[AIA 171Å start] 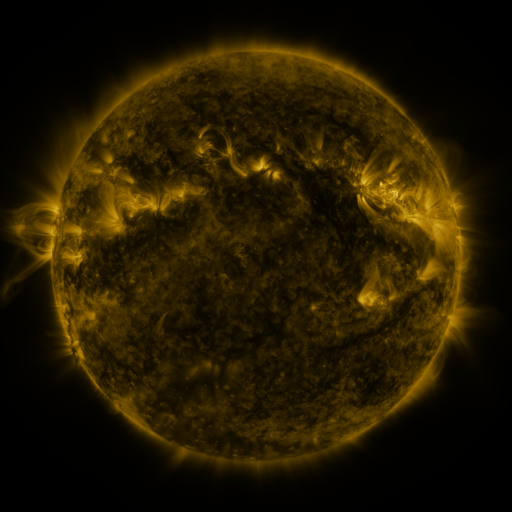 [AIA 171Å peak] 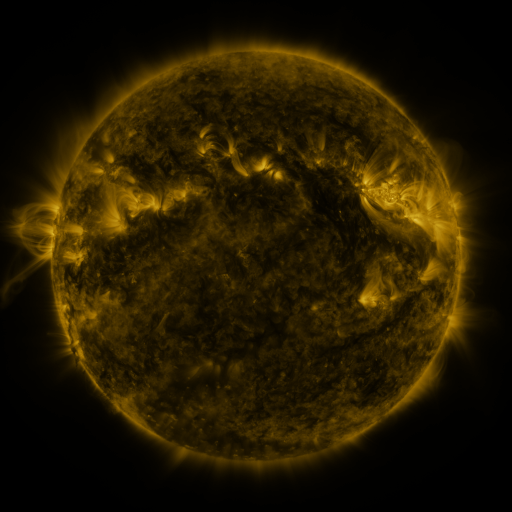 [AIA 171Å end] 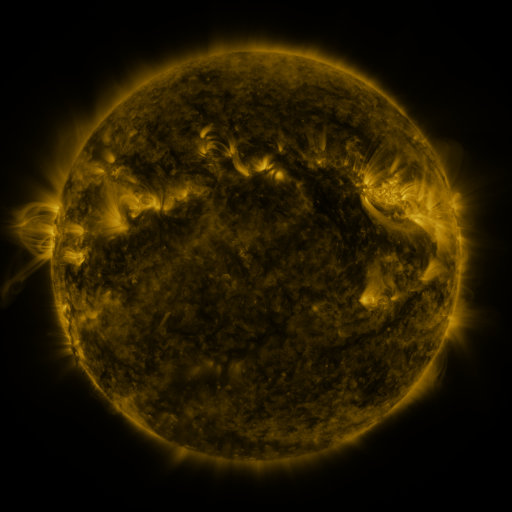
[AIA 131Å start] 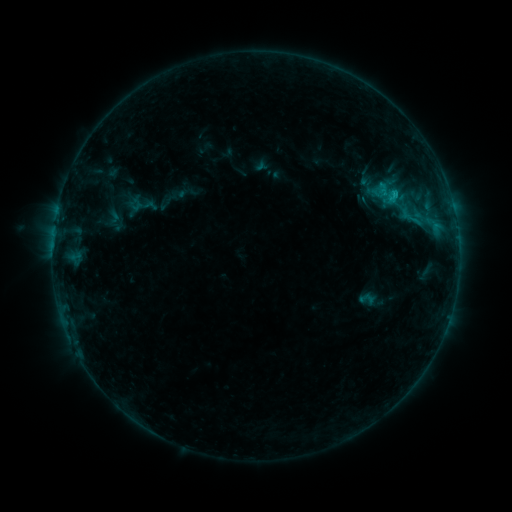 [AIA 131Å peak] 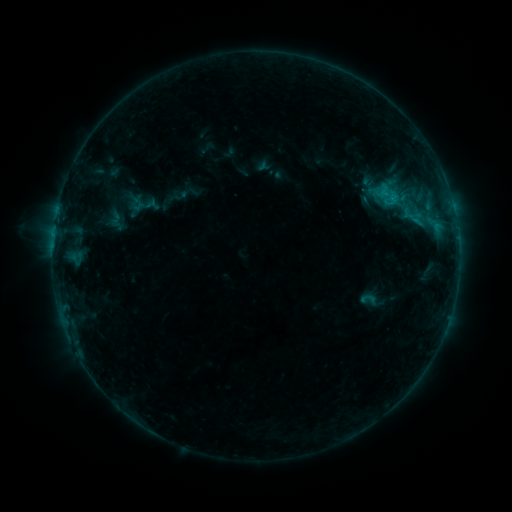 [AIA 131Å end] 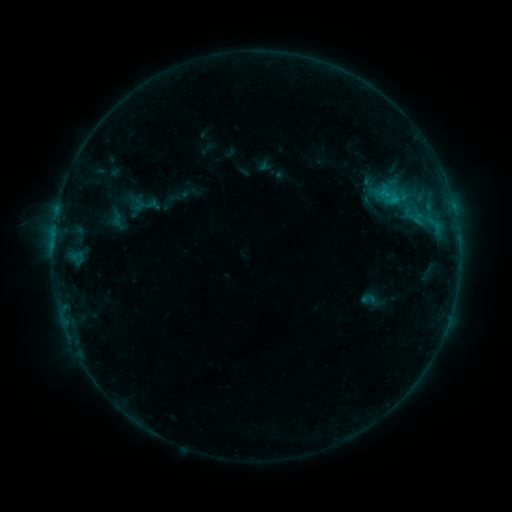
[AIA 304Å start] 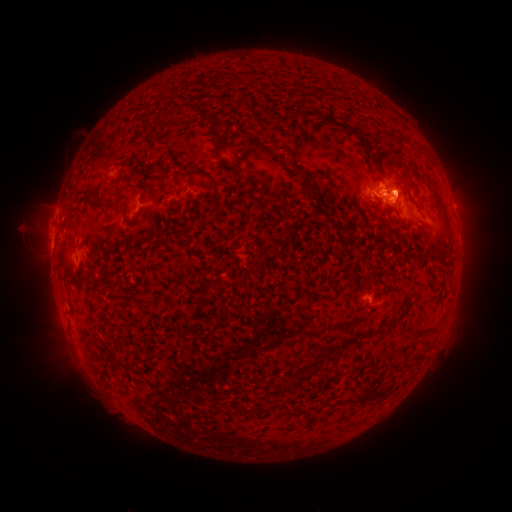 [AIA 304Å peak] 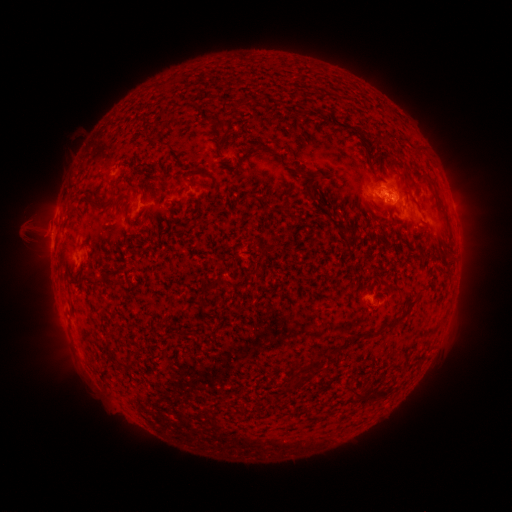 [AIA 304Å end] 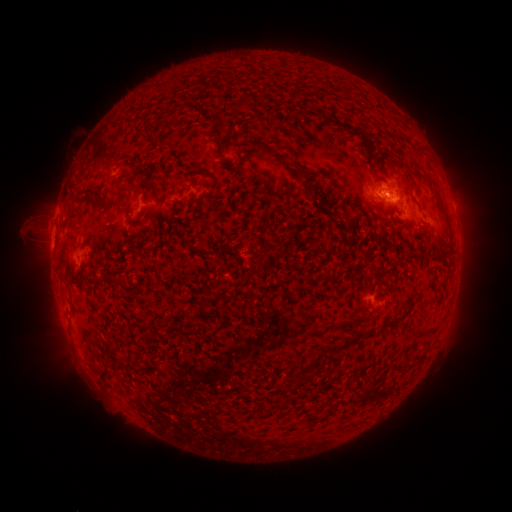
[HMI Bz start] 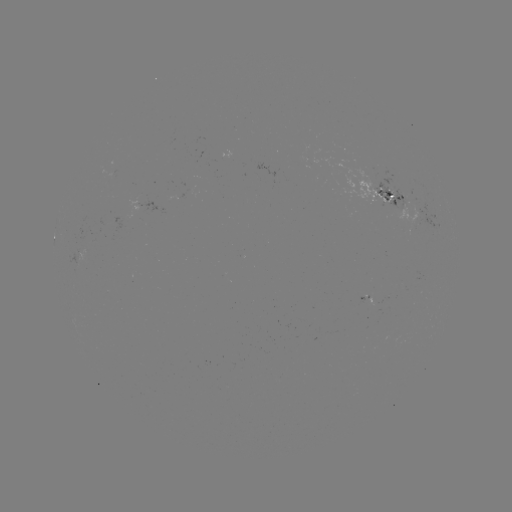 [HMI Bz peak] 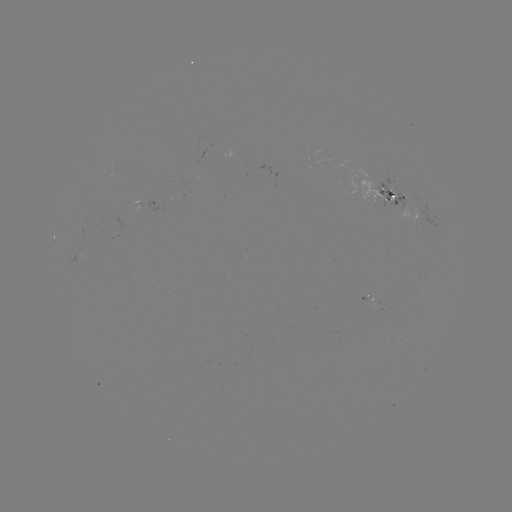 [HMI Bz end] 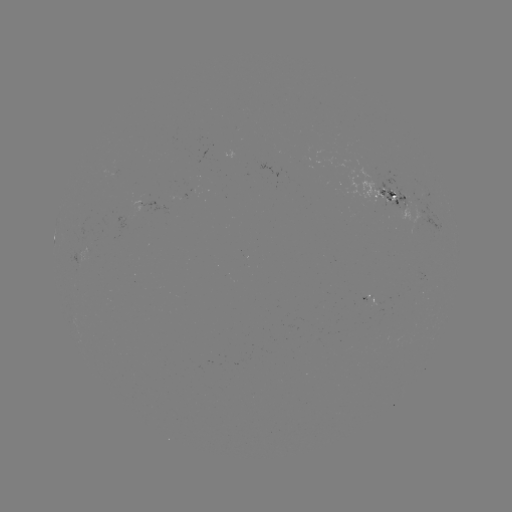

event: emerging-flux region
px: (230, 158)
